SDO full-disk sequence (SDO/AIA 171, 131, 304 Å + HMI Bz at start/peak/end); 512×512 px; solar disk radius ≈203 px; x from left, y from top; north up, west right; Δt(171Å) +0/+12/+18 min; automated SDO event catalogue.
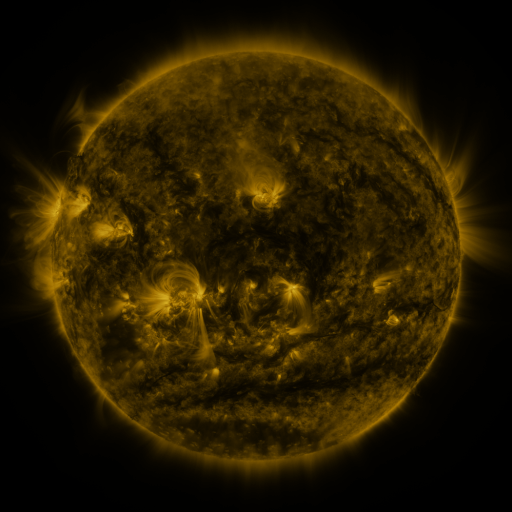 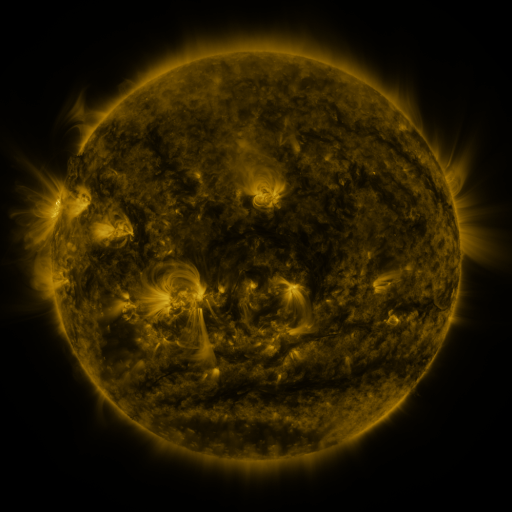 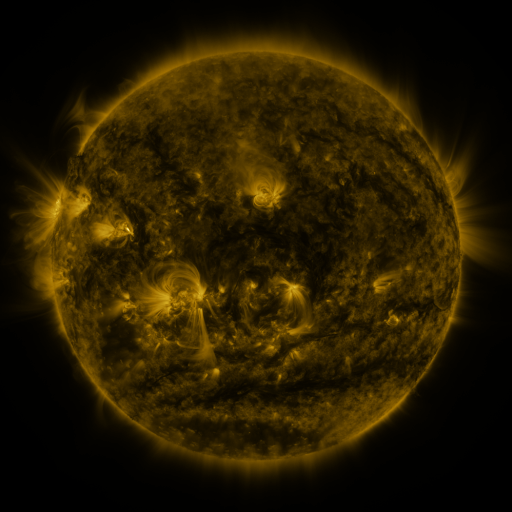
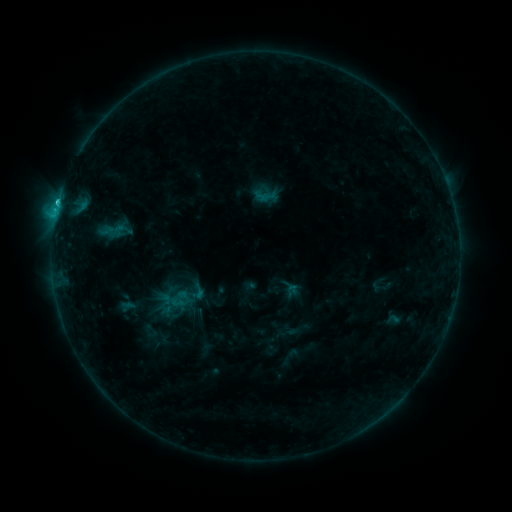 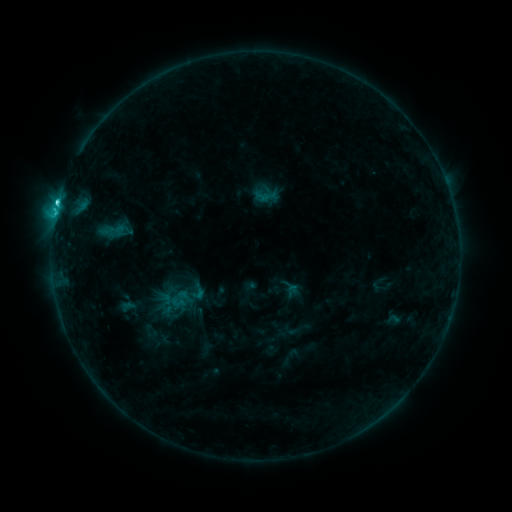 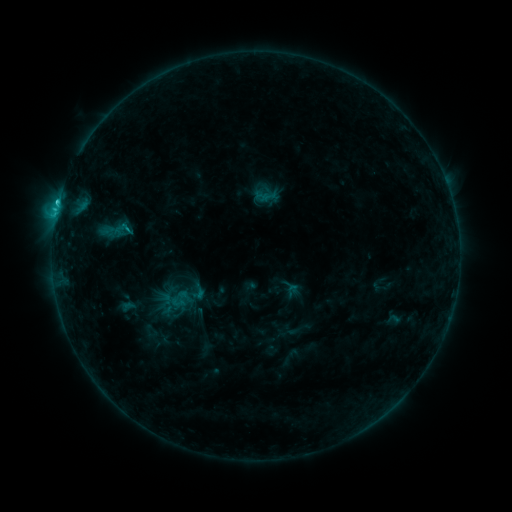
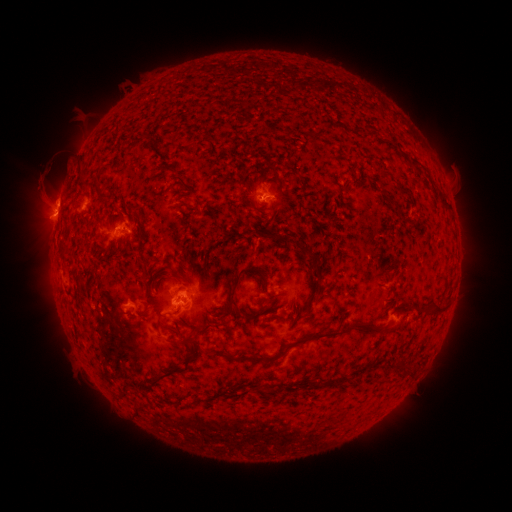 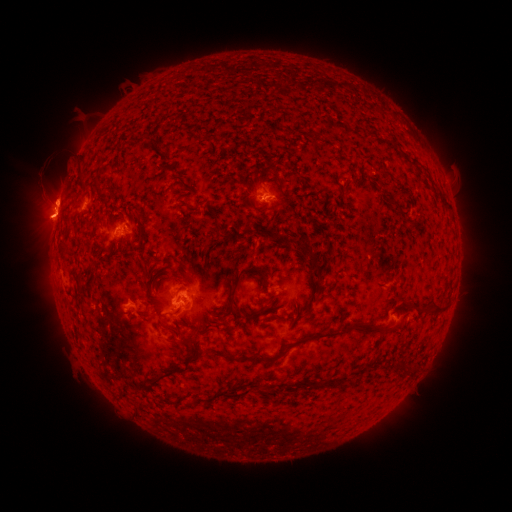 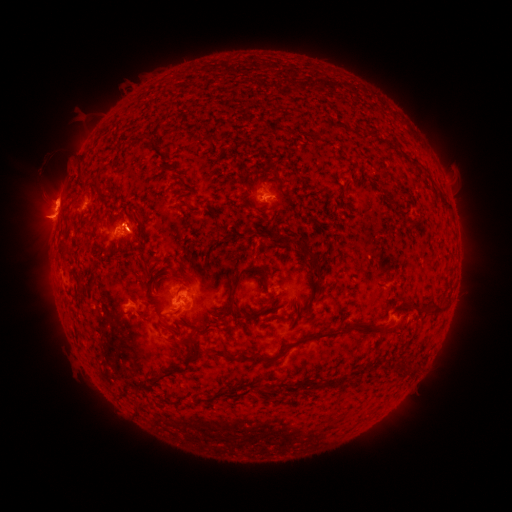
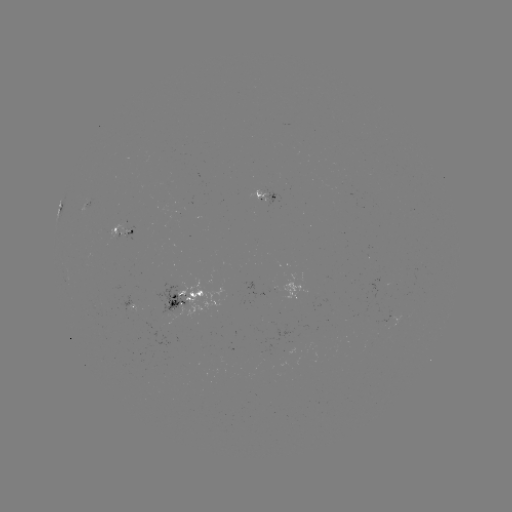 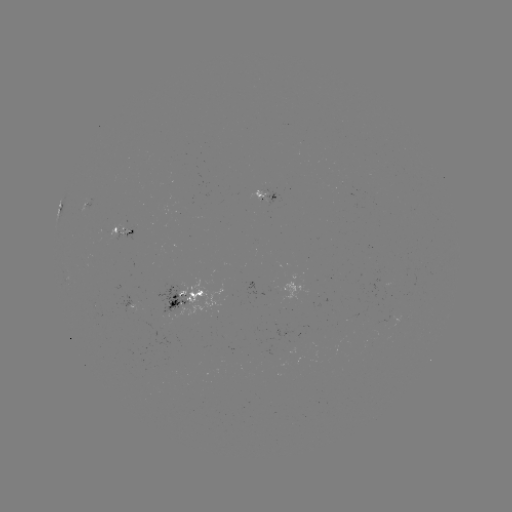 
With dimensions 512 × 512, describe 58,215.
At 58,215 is C2.6 flare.